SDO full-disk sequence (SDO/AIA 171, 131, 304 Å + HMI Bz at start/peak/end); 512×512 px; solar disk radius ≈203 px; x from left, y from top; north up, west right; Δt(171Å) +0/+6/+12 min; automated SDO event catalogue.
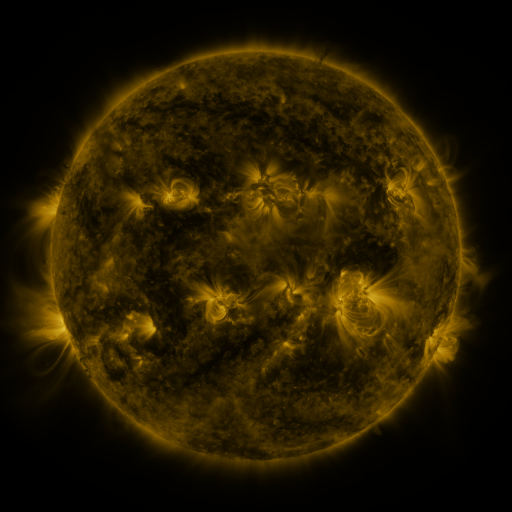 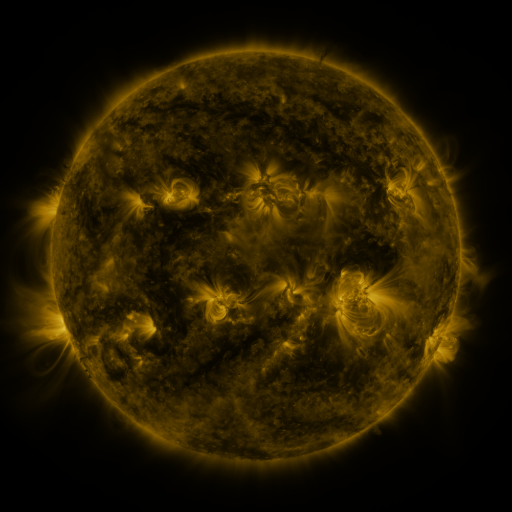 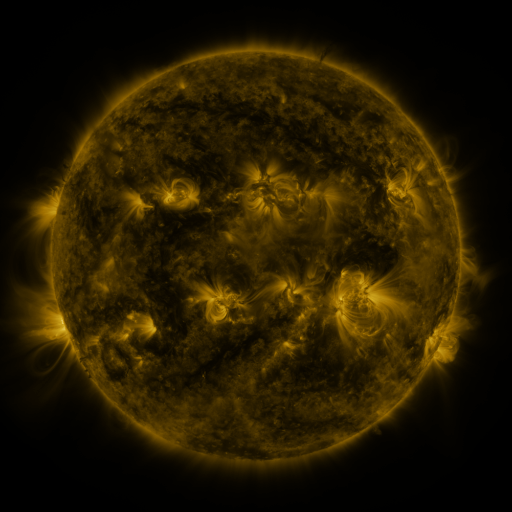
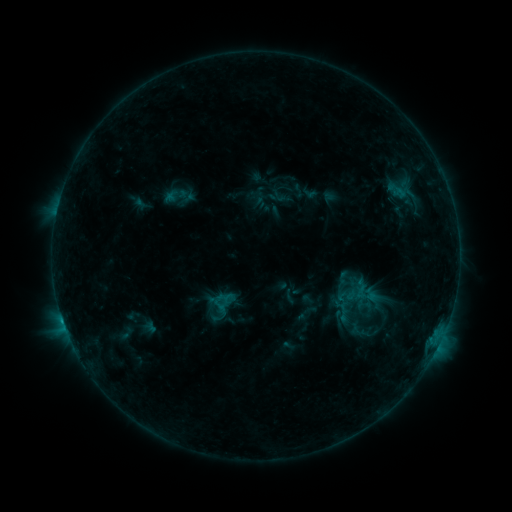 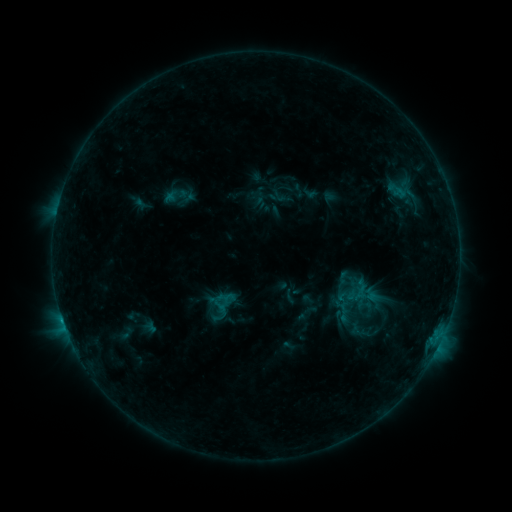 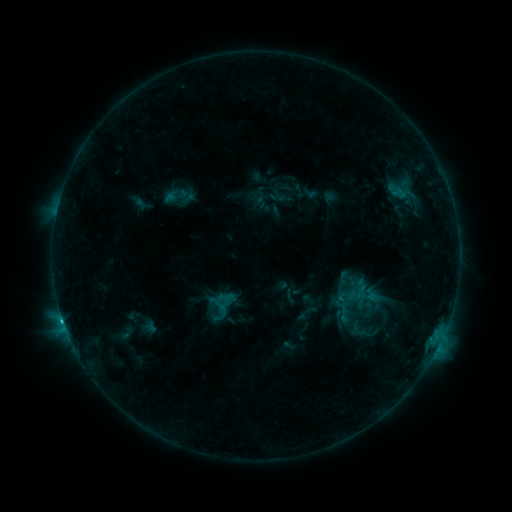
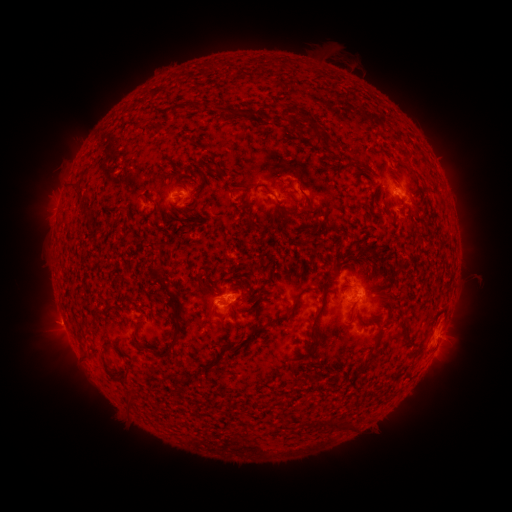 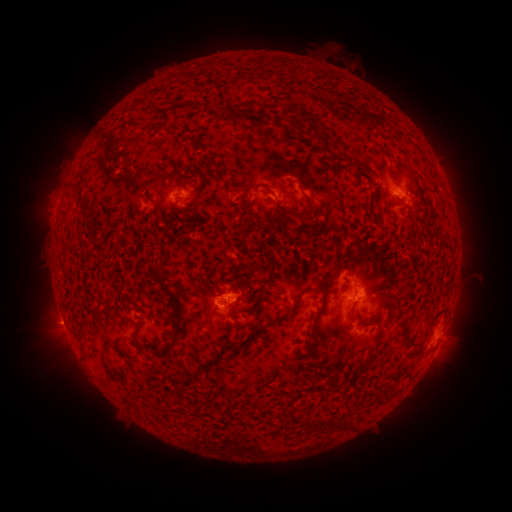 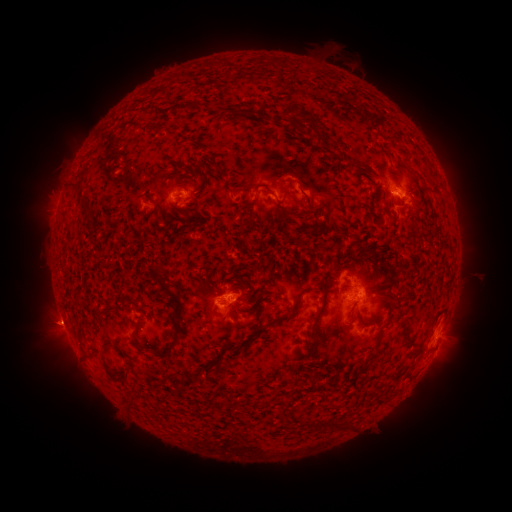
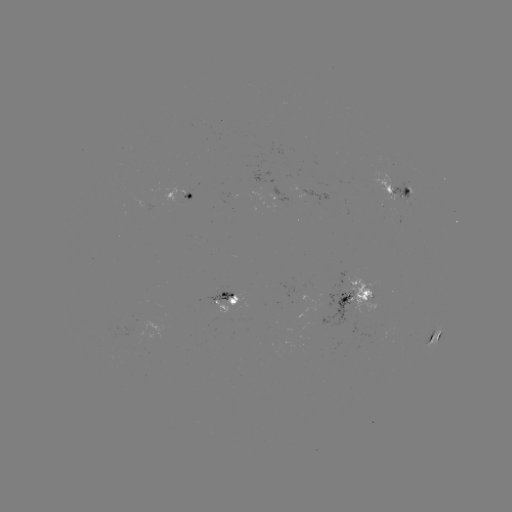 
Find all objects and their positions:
eruption: (57, 323)
